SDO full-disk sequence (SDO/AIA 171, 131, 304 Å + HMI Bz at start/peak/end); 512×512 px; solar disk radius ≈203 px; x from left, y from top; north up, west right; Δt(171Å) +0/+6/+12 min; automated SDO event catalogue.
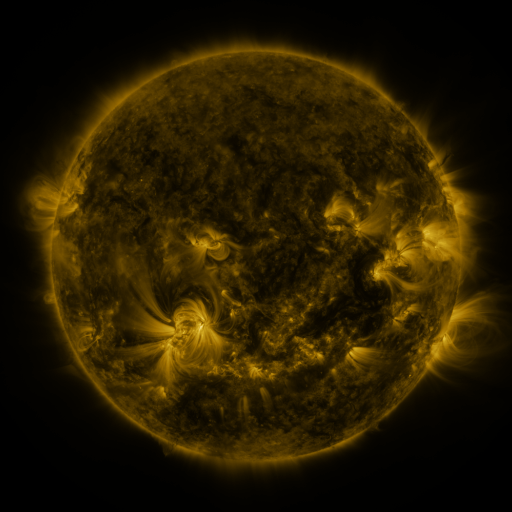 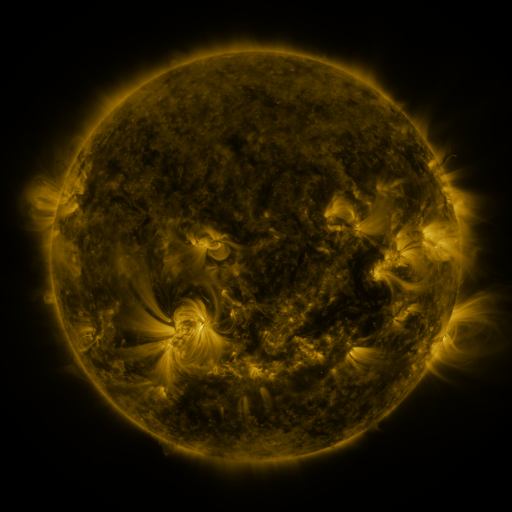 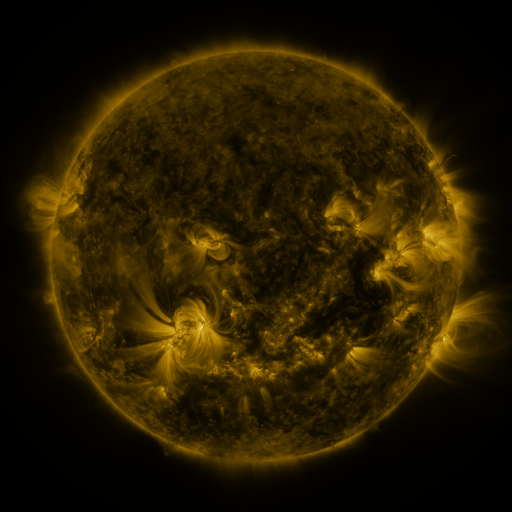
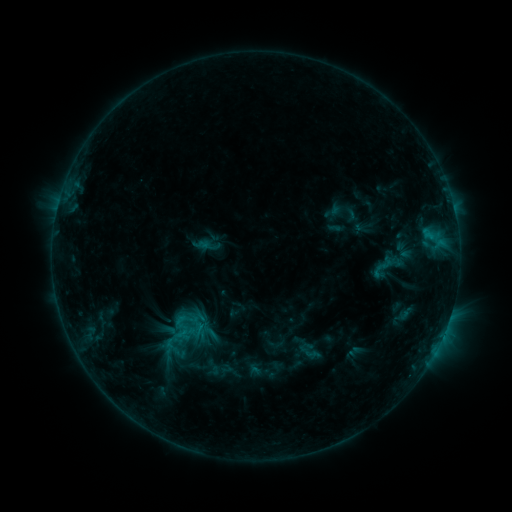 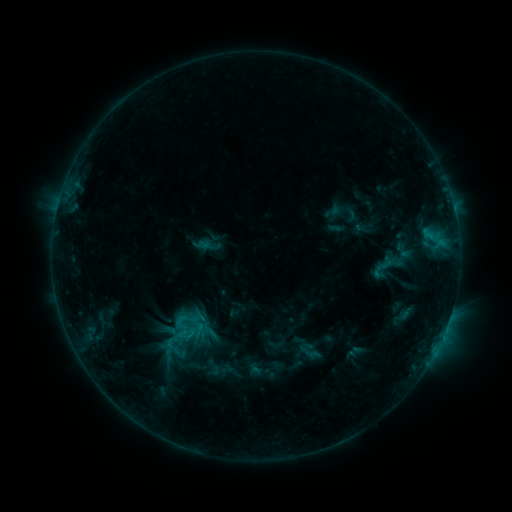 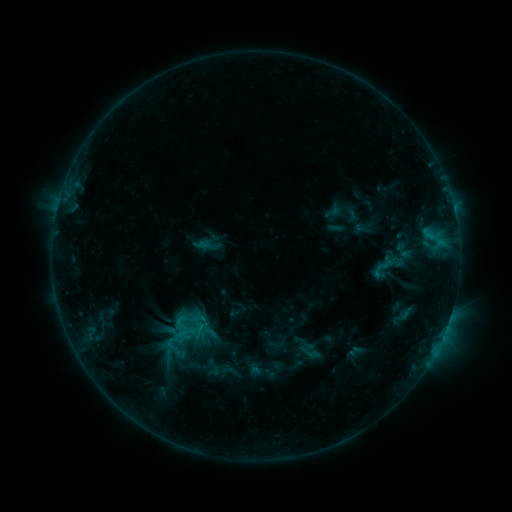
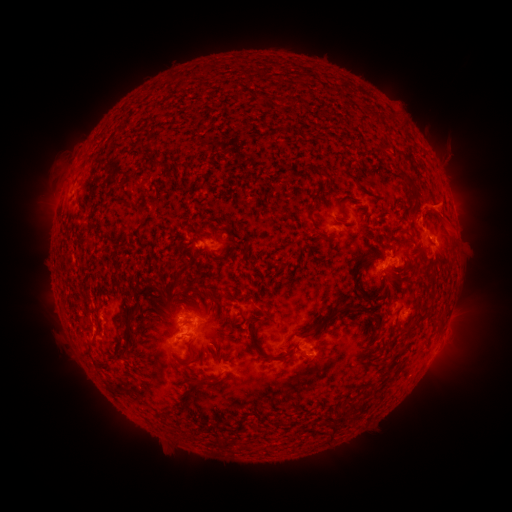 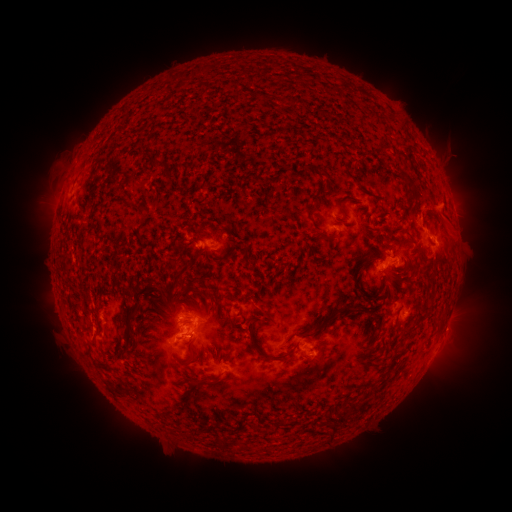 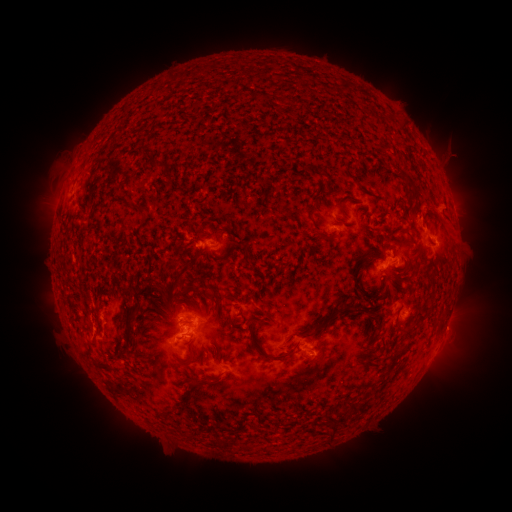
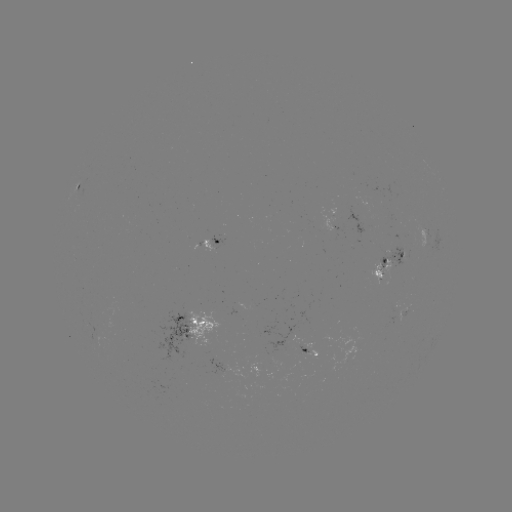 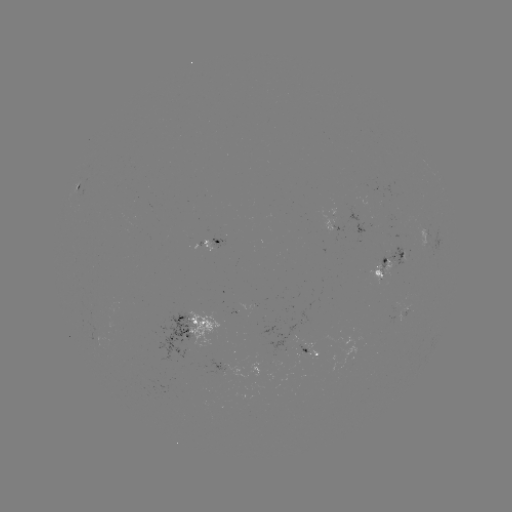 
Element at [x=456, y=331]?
eruption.